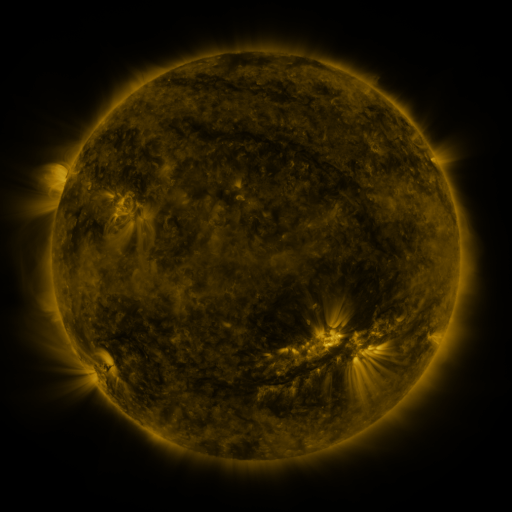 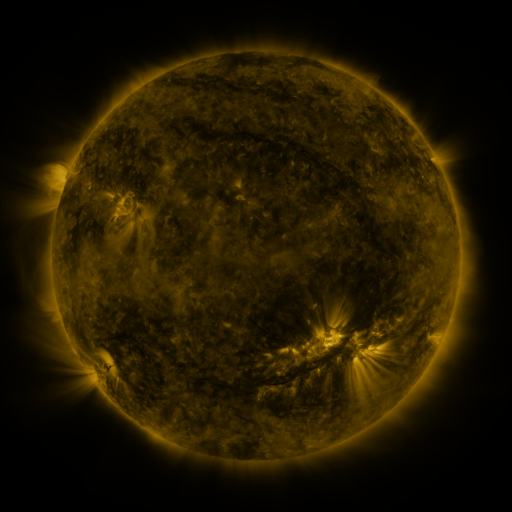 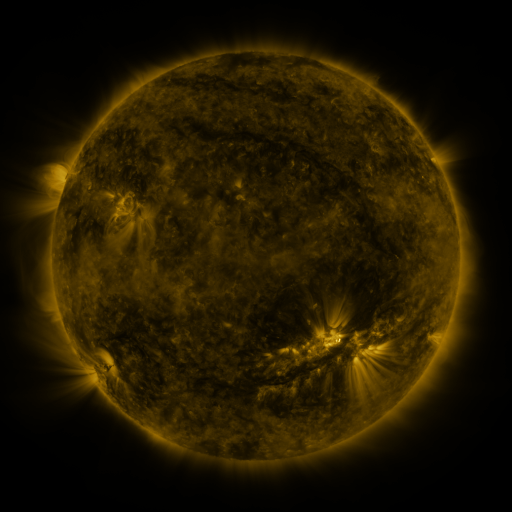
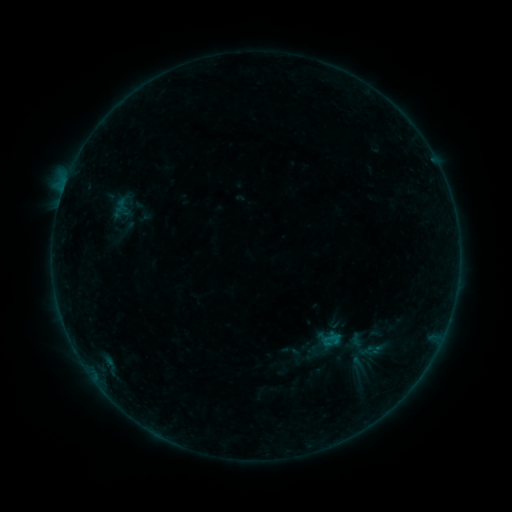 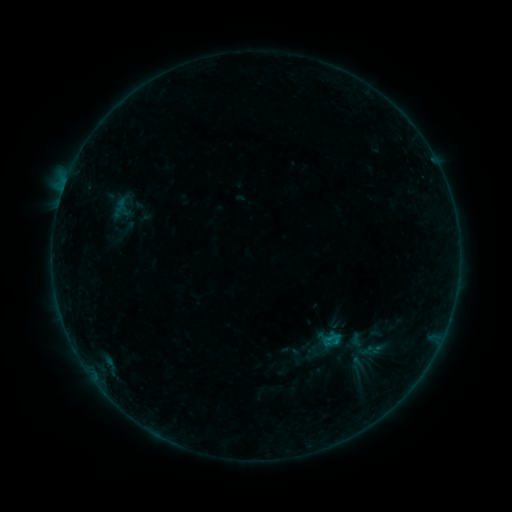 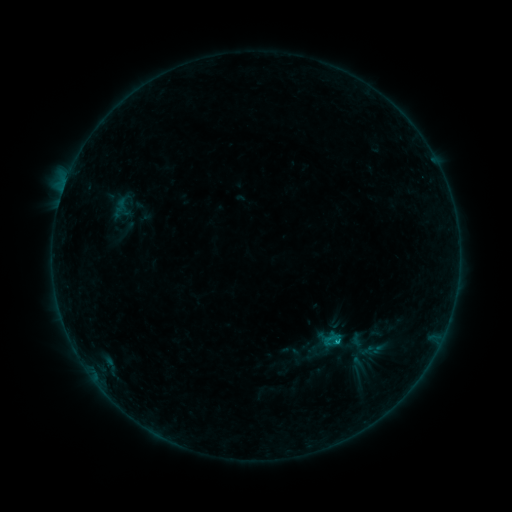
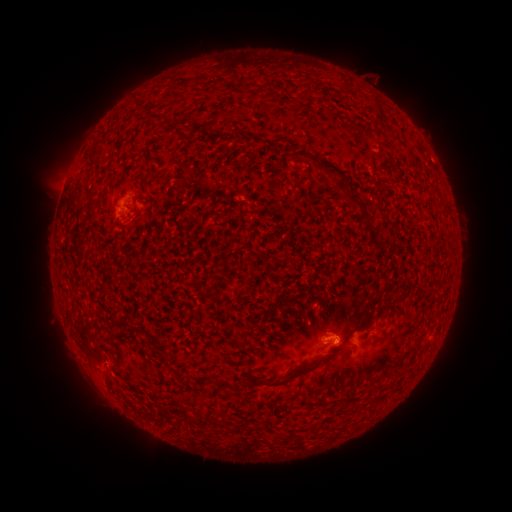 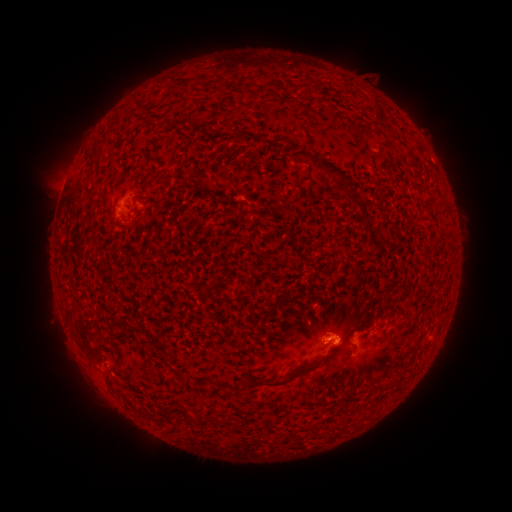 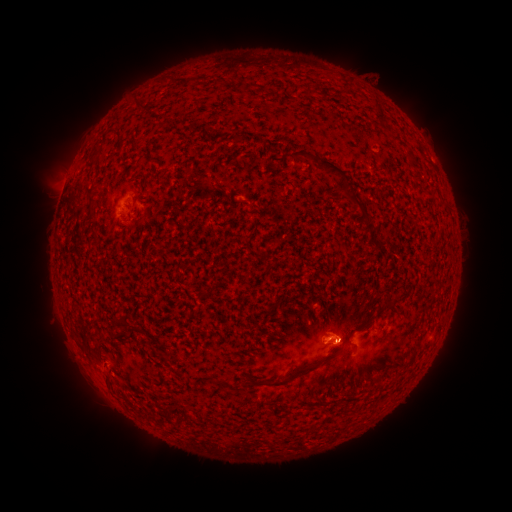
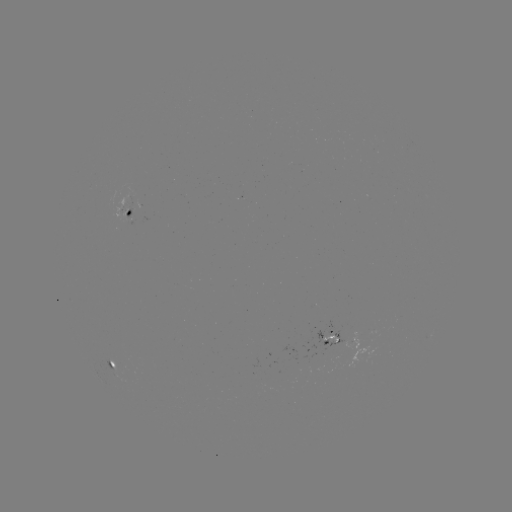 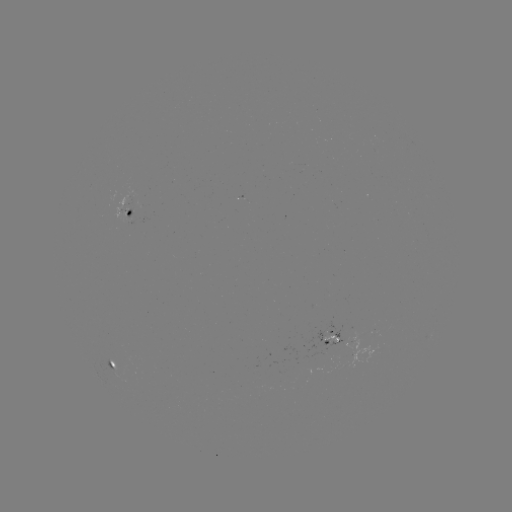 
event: flare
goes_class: B2.0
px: (328, 340)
